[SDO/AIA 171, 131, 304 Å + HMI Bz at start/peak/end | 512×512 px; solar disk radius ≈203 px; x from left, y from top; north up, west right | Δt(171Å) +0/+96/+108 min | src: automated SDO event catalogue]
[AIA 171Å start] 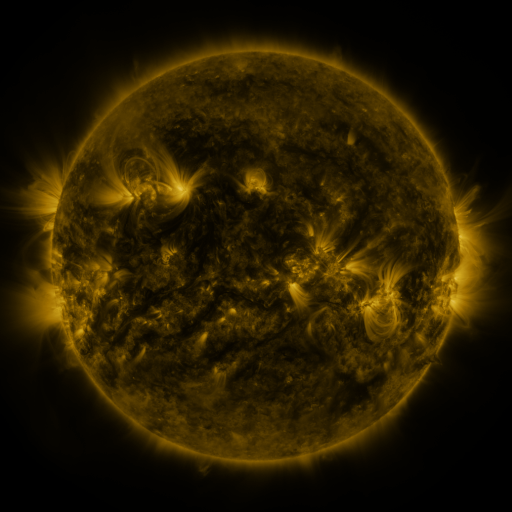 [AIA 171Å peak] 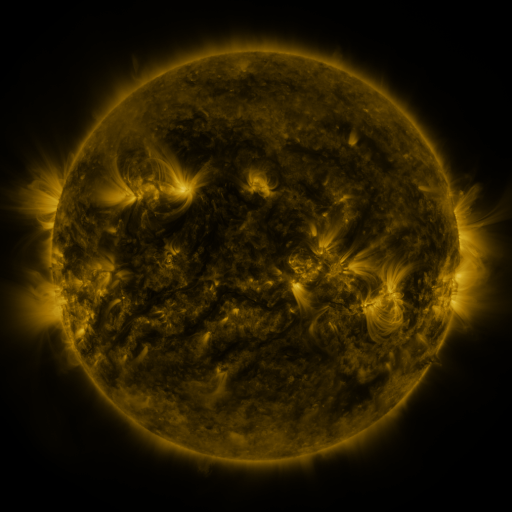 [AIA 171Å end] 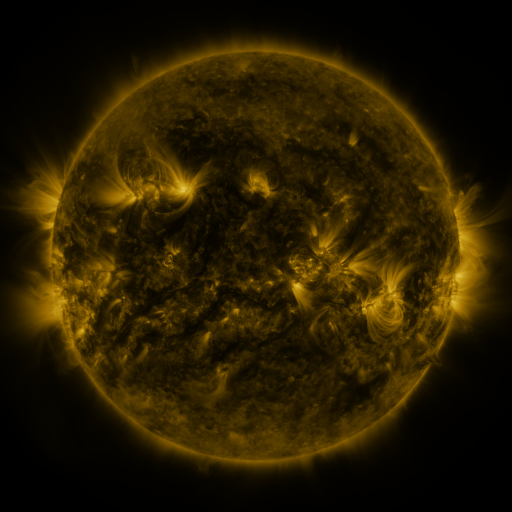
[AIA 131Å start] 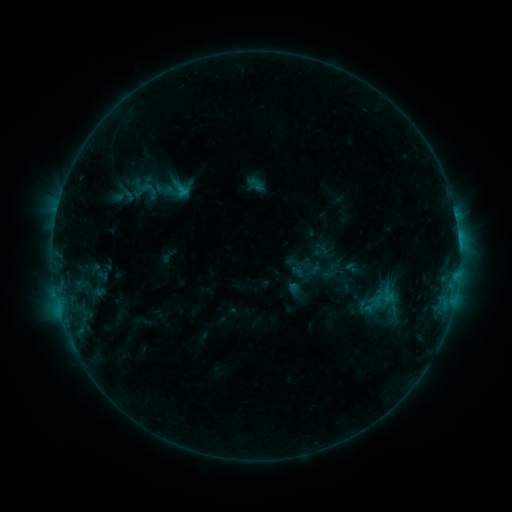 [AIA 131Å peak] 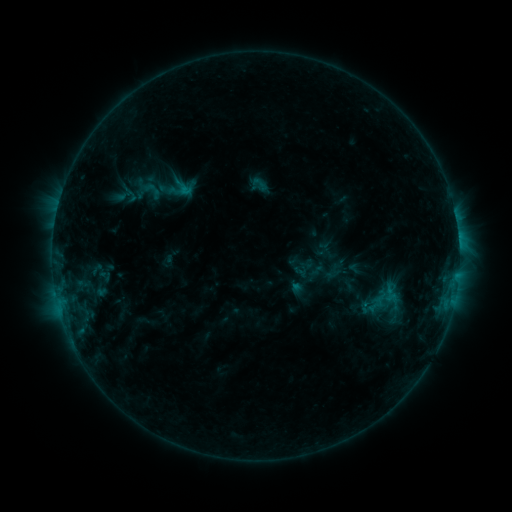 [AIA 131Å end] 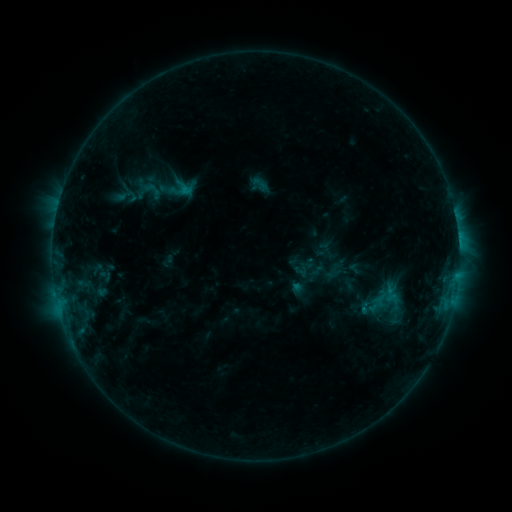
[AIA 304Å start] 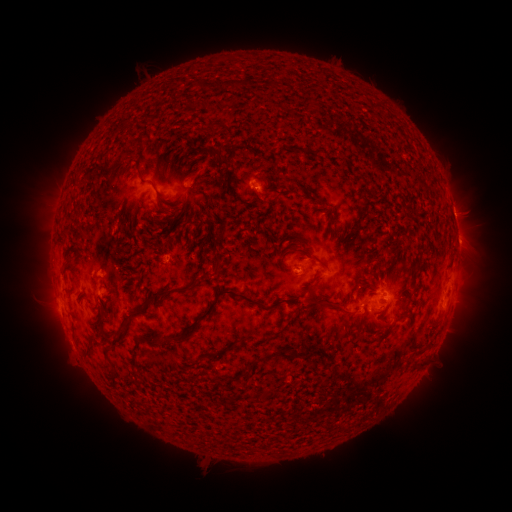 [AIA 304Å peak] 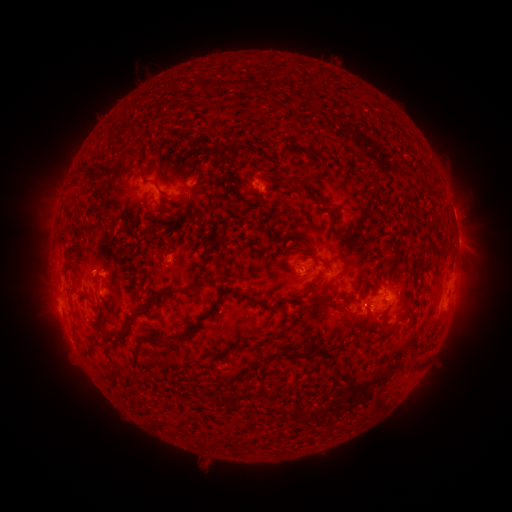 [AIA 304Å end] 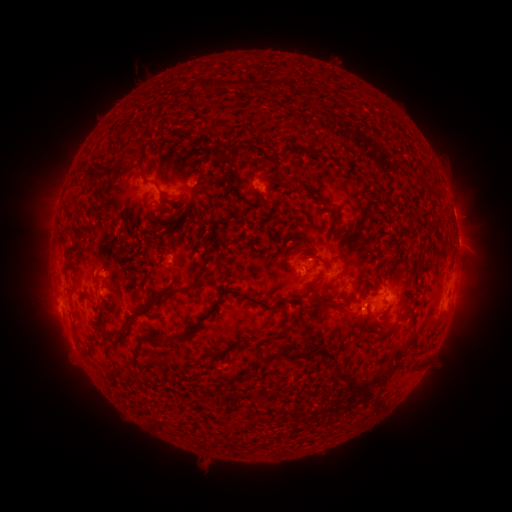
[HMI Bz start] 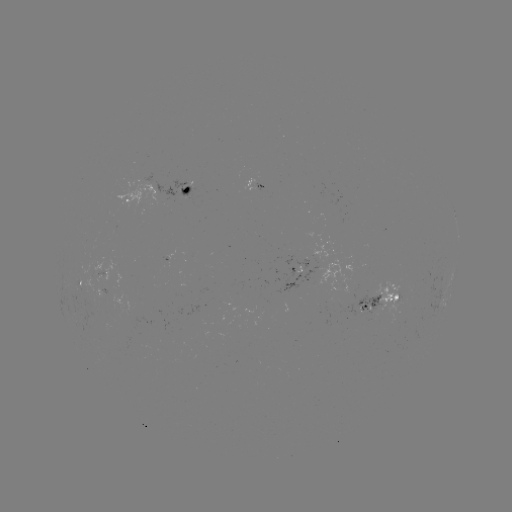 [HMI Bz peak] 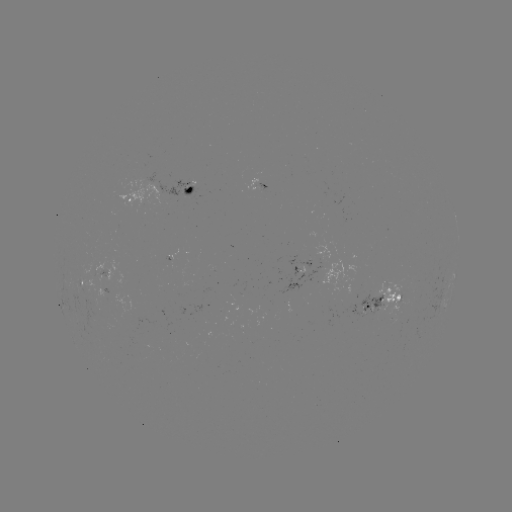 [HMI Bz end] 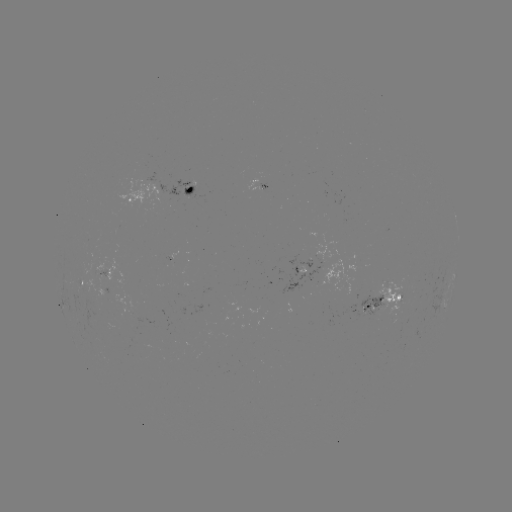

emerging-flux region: <bbox>79, 280, 108, 293</bbox>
